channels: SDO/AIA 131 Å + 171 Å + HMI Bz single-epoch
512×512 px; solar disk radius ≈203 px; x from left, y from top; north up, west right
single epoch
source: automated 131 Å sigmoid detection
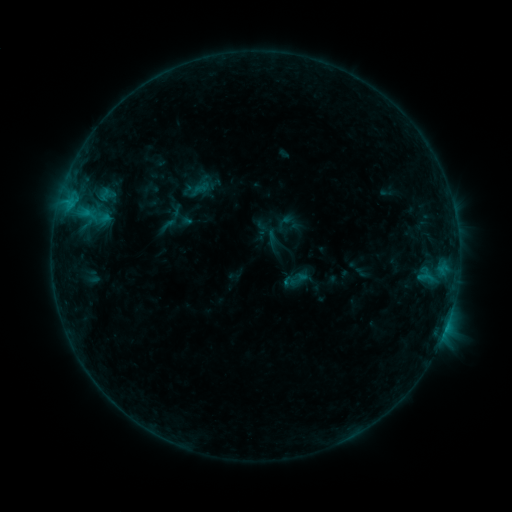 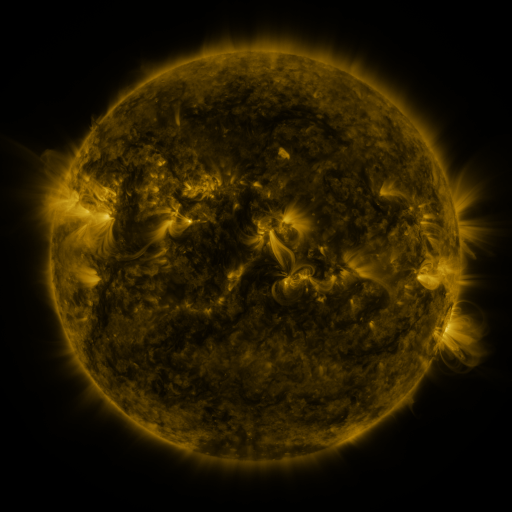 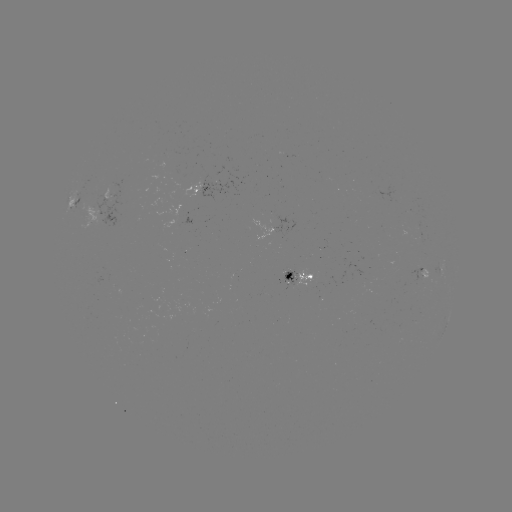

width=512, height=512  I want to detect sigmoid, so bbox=[194, 179, 210, 196].